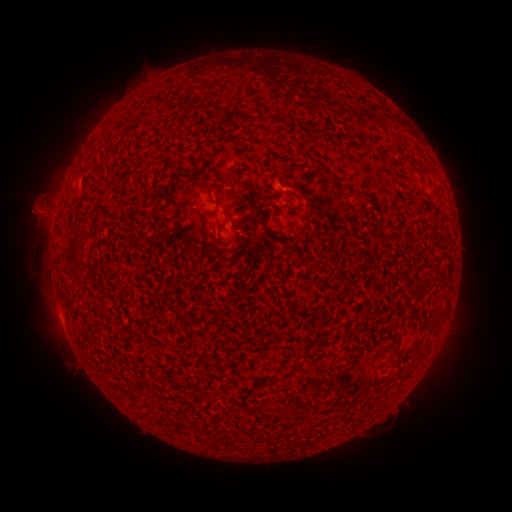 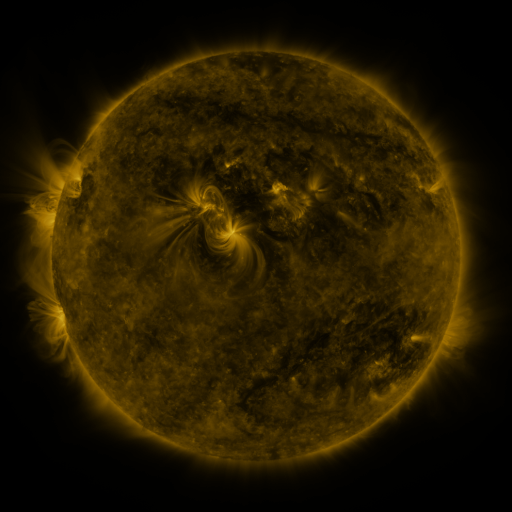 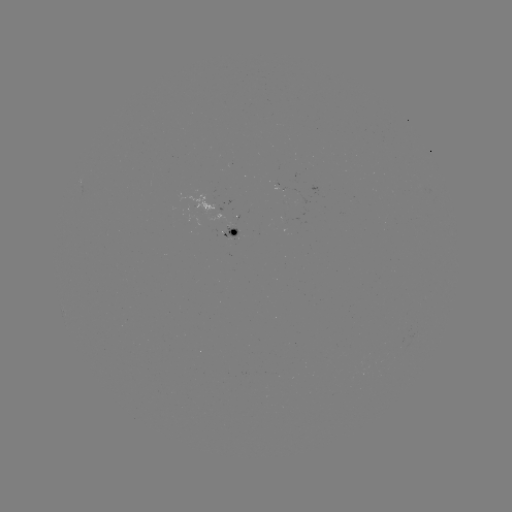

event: spotted active region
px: (221, 219)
